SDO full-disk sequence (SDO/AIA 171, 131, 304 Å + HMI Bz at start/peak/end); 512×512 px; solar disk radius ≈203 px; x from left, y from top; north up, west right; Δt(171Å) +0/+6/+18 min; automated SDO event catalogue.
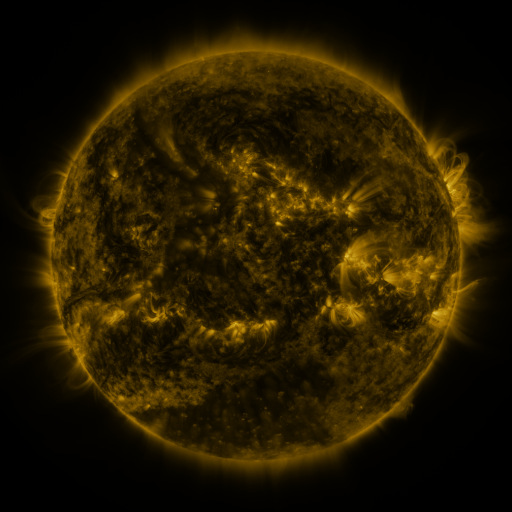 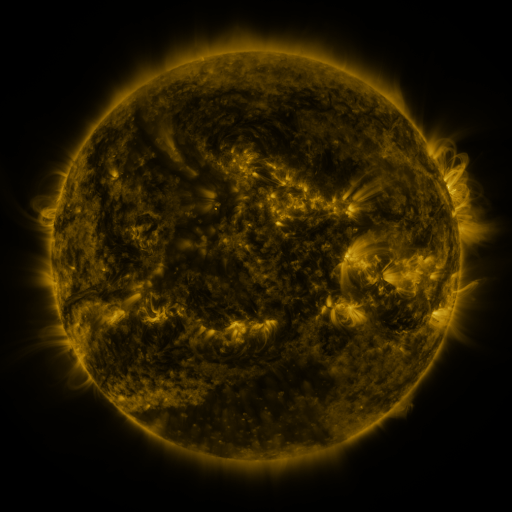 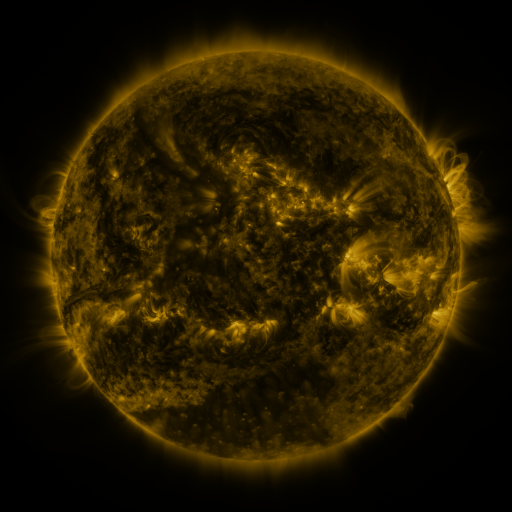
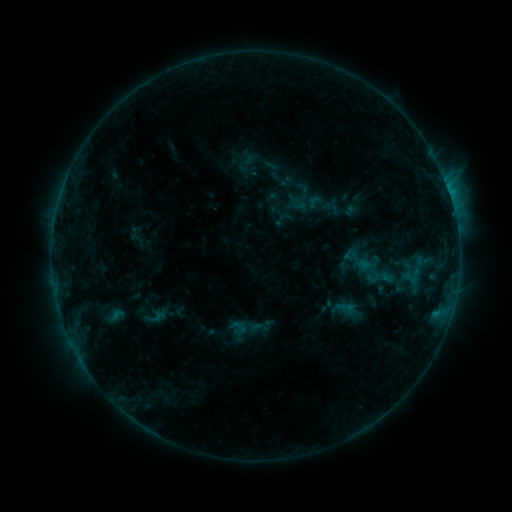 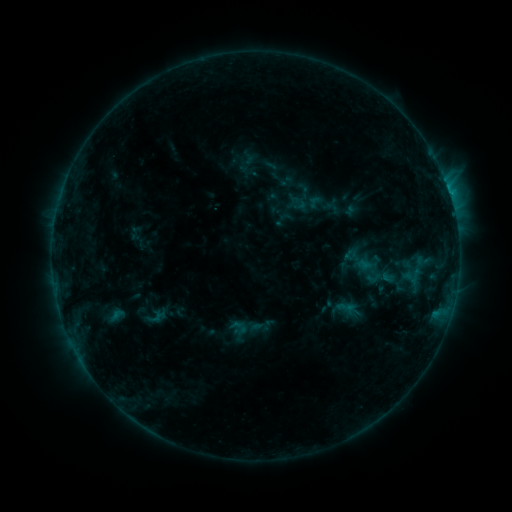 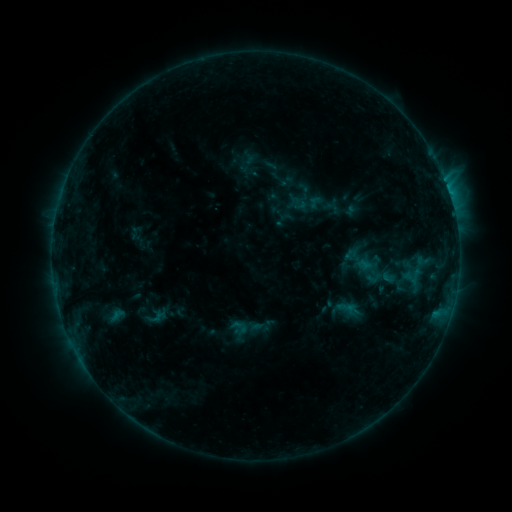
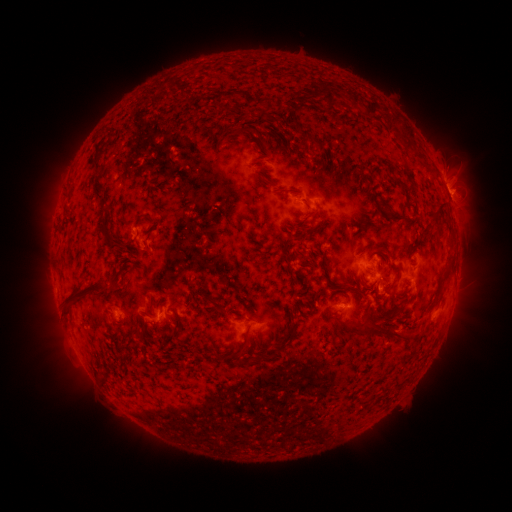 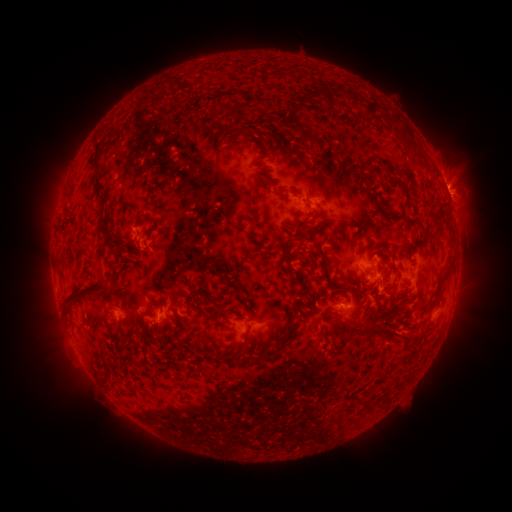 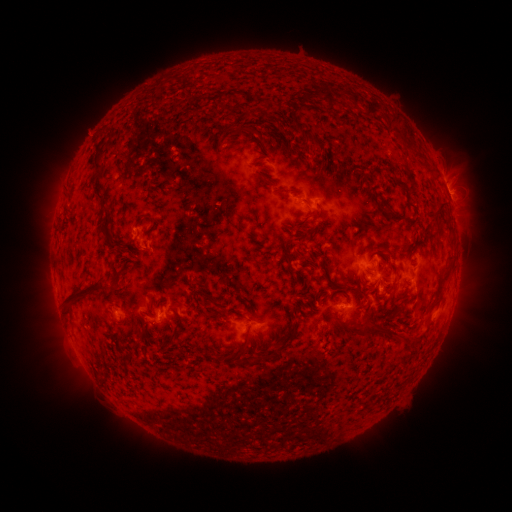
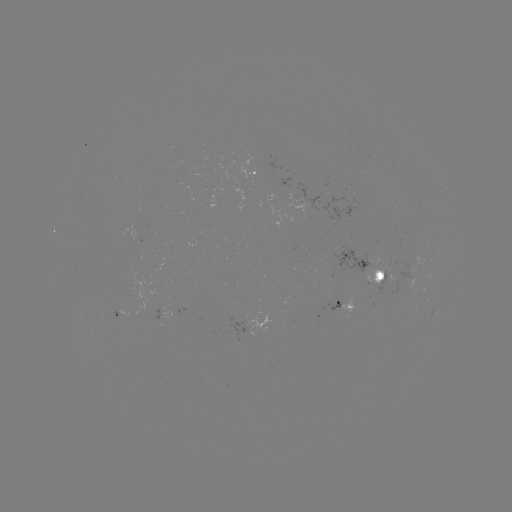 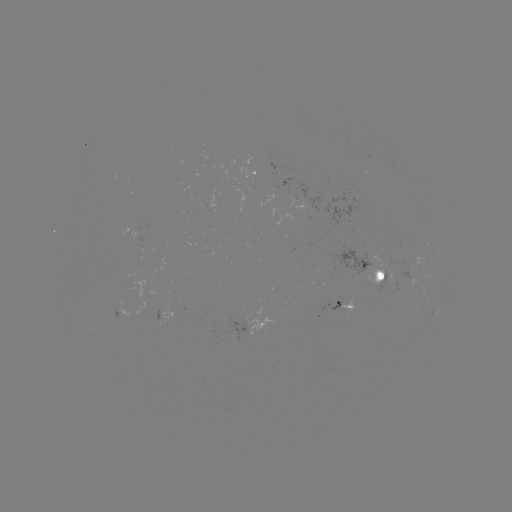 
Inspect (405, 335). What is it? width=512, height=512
eruption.